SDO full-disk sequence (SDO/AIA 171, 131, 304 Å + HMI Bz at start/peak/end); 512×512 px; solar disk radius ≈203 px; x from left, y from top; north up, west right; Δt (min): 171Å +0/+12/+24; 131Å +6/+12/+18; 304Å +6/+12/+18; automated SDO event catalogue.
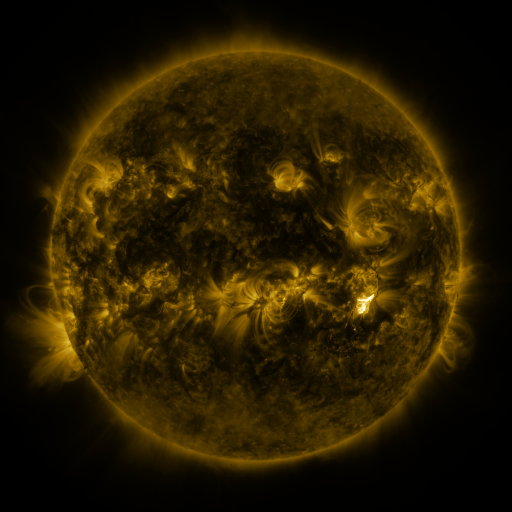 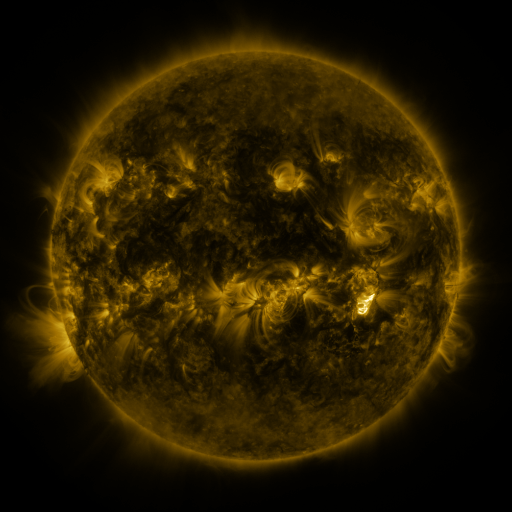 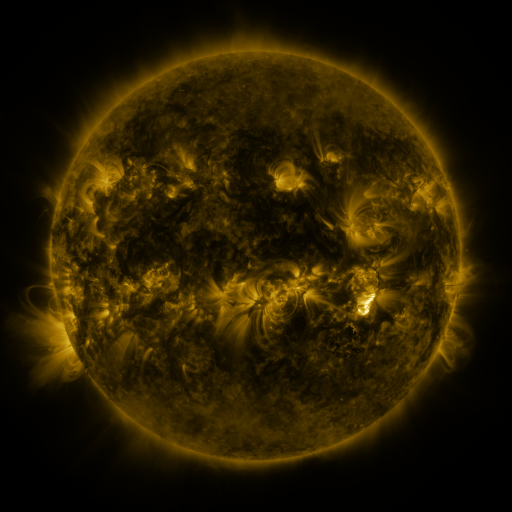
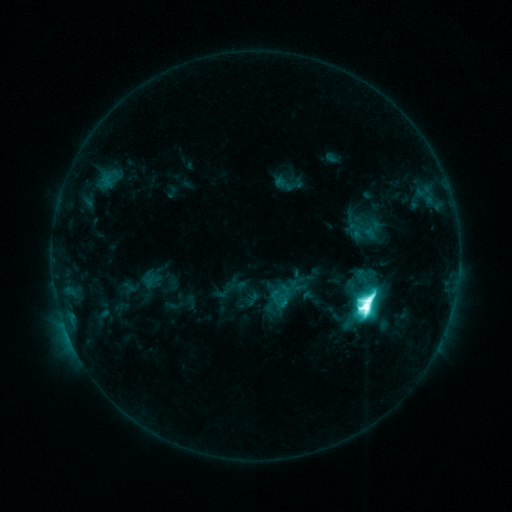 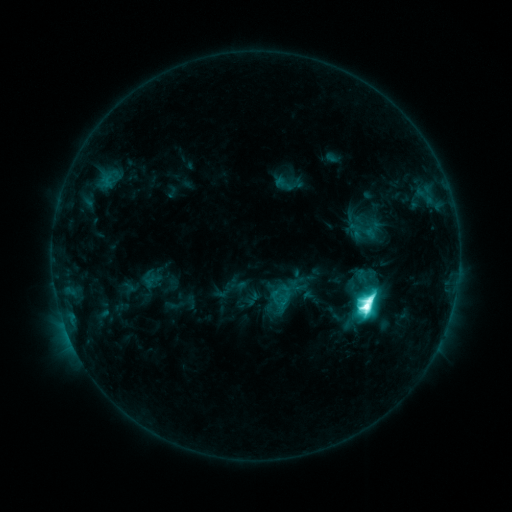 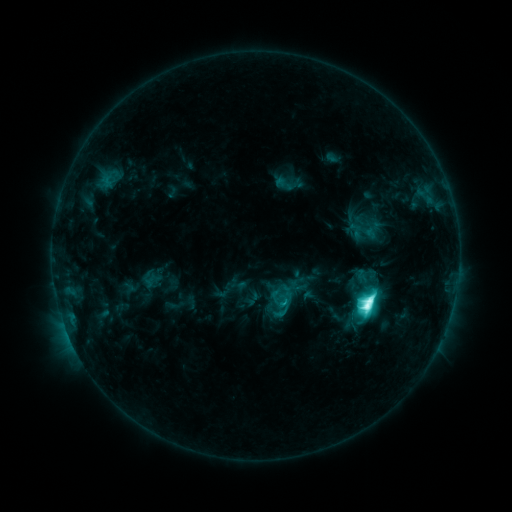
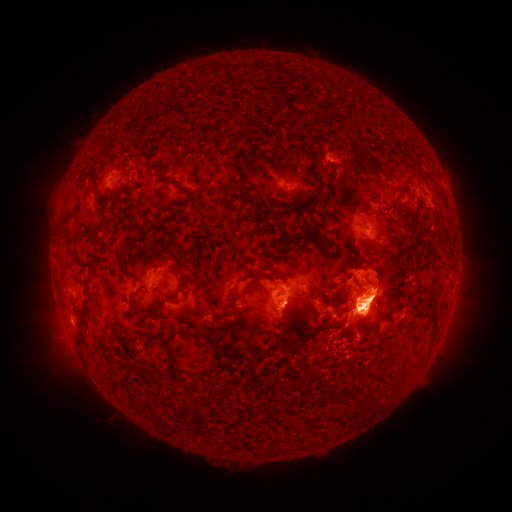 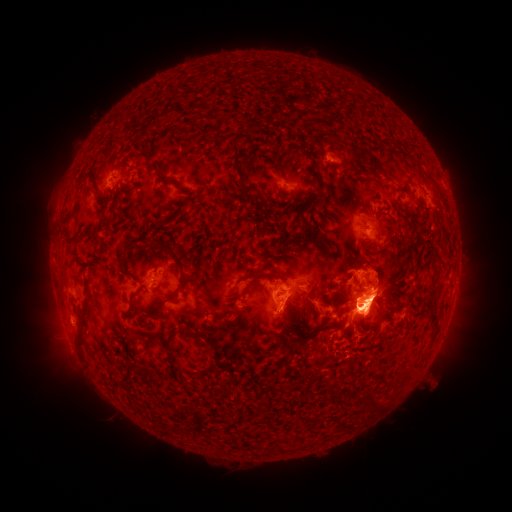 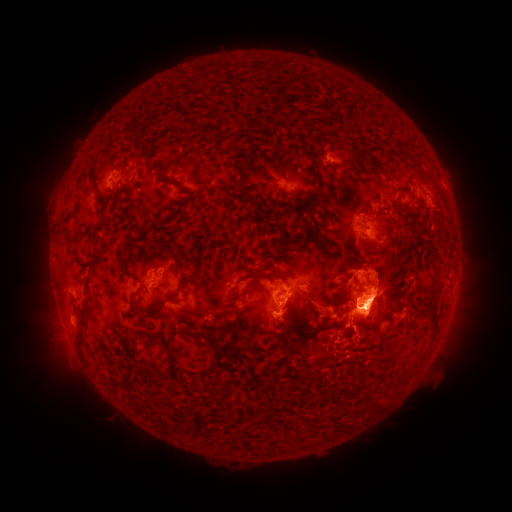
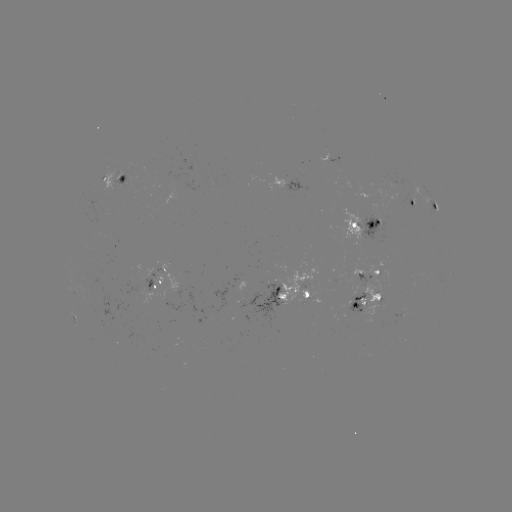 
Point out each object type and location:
eruption: (70, 358)
